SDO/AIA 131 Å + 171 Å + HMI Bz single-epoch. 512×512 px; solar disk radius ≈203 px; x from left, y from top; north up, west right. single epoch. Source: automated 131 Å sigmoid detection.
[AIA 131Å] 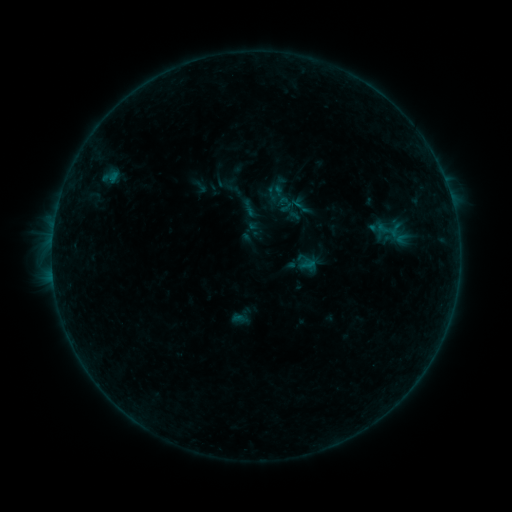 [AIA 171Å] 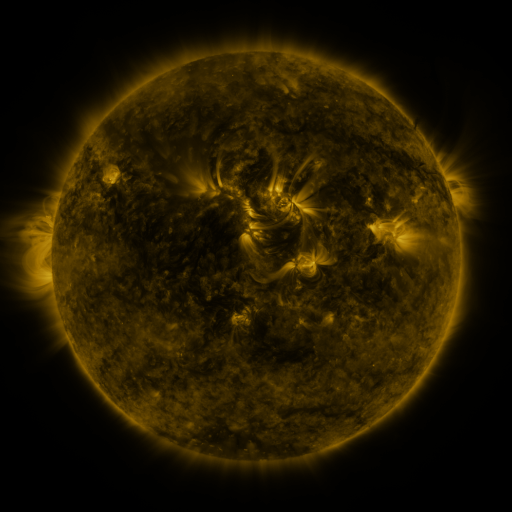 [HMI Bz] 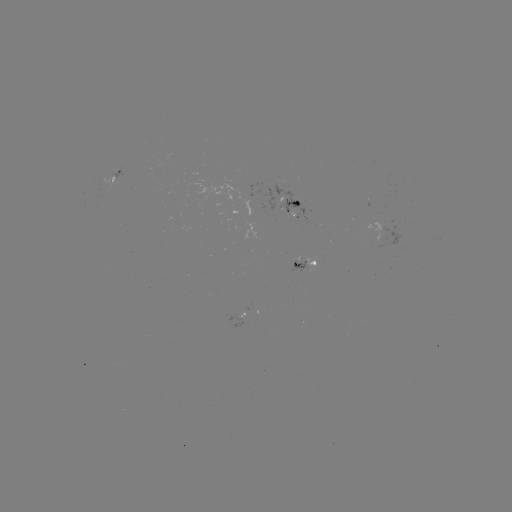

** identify sigmoid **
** (304, 208) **